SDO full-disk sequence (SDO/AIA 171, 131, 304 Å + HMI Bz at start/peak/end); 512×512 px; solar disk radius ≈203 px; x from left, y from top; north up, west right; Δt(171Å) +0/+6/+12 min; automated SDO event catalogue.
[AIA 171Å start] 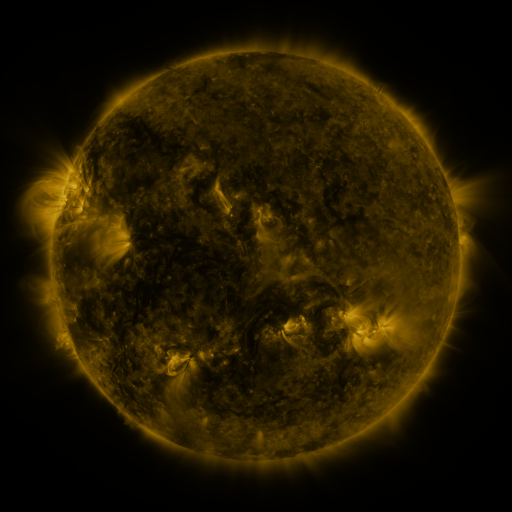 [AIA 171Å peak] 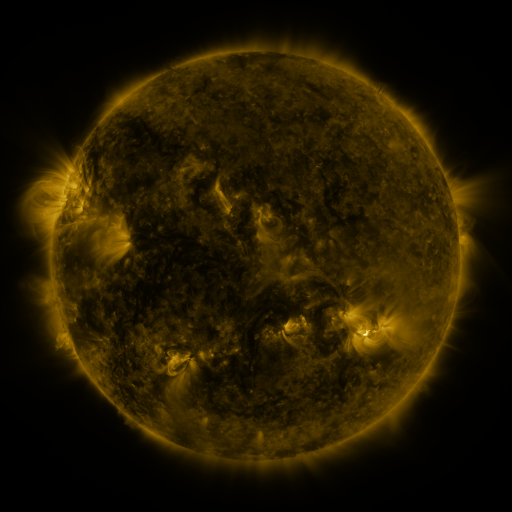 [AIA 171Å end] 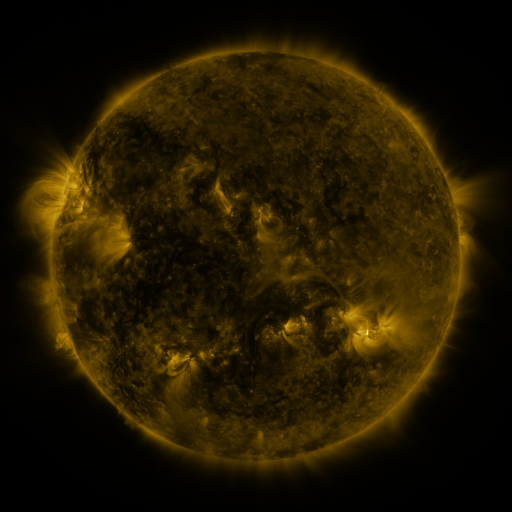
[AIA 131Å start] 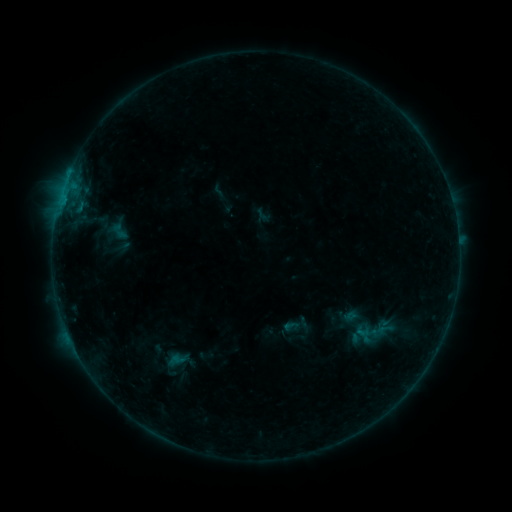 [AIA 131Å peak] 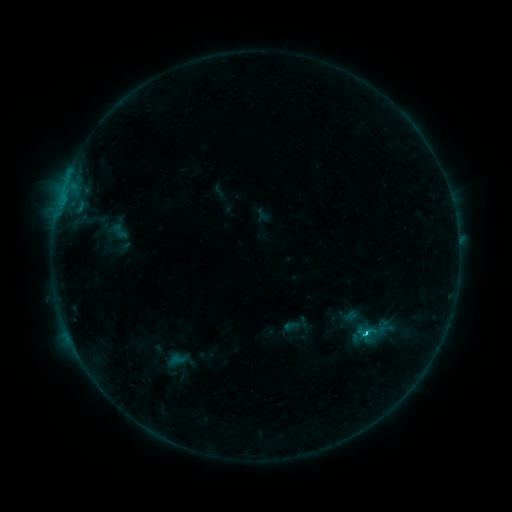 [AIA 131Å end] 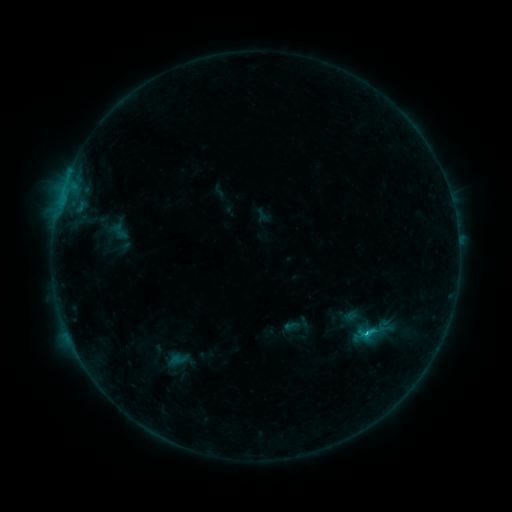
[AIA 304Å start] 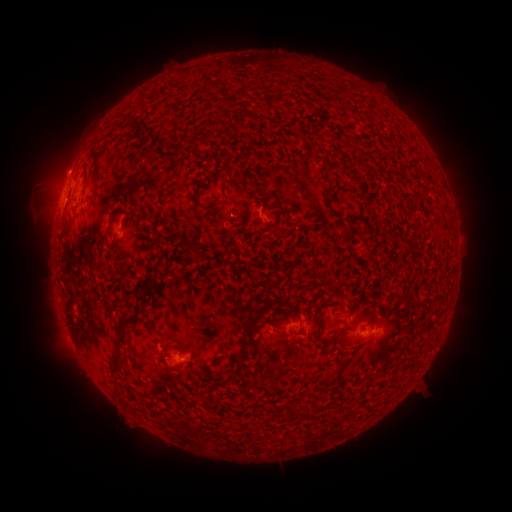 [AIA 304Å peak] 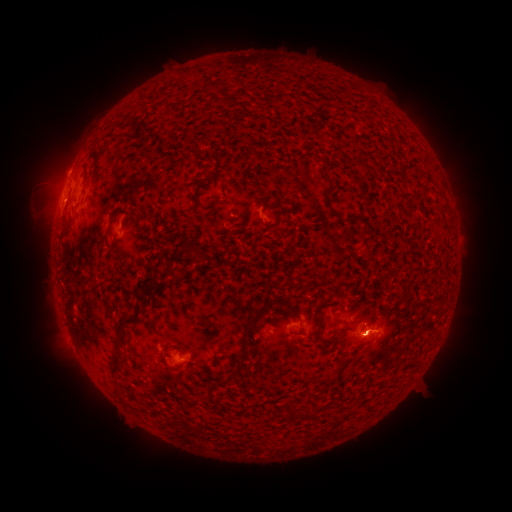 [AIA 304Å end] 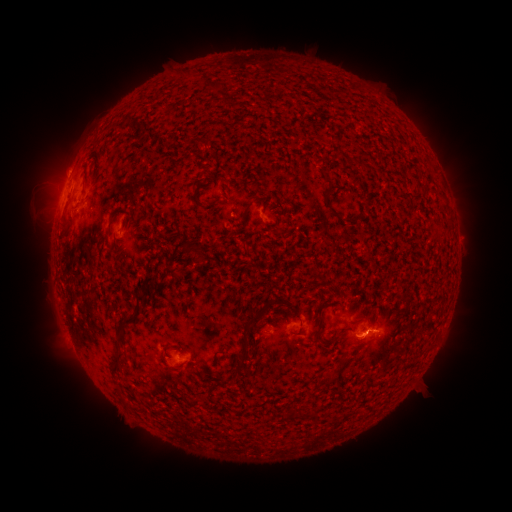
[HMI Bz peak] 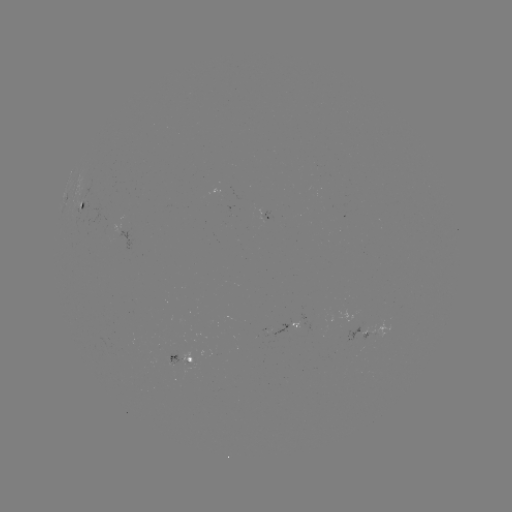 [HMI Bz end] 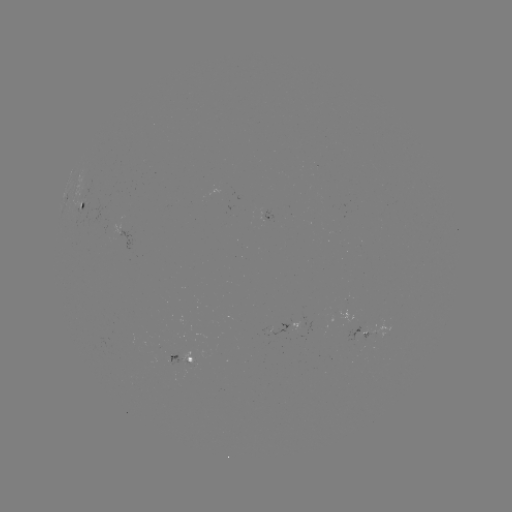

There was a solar flare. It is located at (363, 333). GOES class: C1.9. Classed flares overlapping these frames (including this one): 1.